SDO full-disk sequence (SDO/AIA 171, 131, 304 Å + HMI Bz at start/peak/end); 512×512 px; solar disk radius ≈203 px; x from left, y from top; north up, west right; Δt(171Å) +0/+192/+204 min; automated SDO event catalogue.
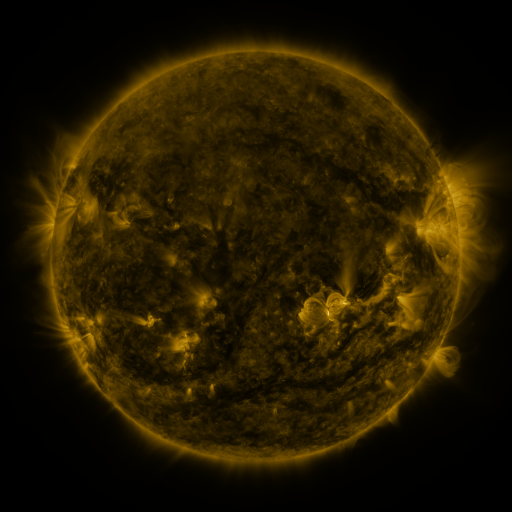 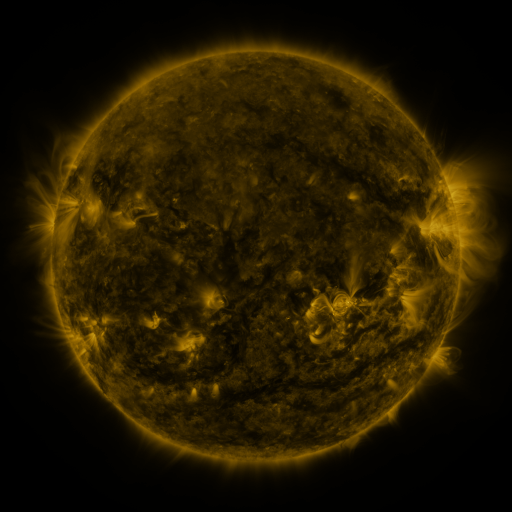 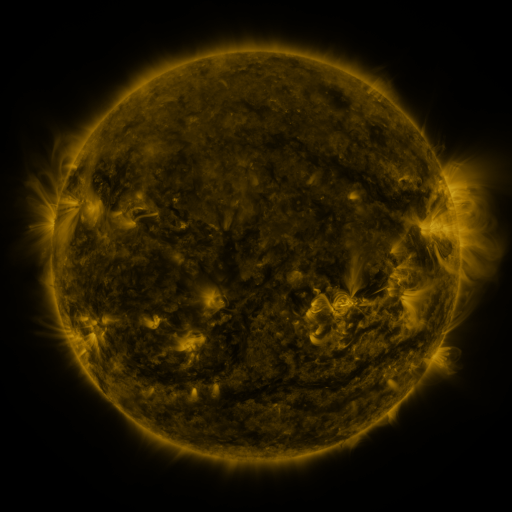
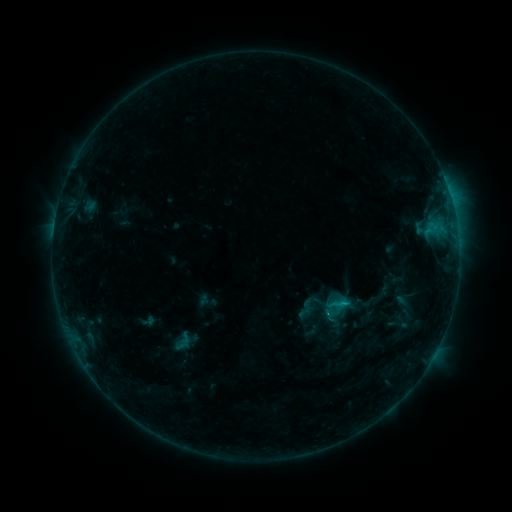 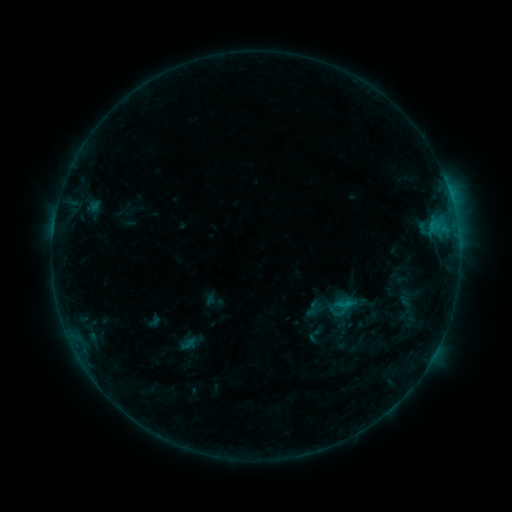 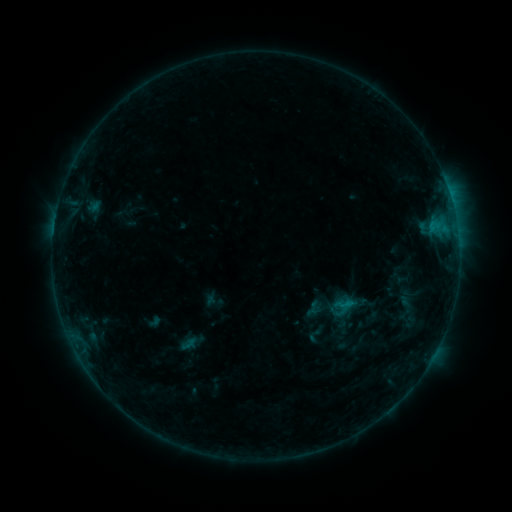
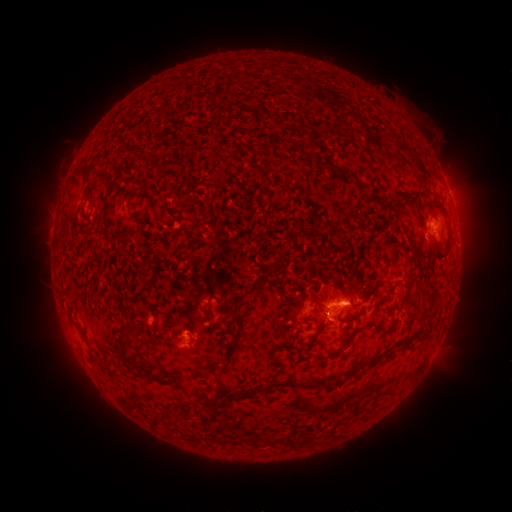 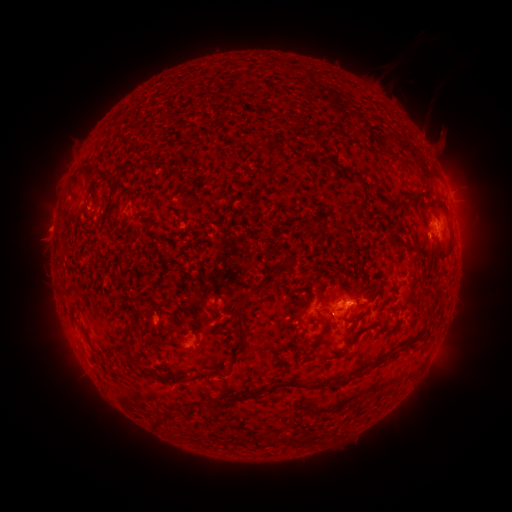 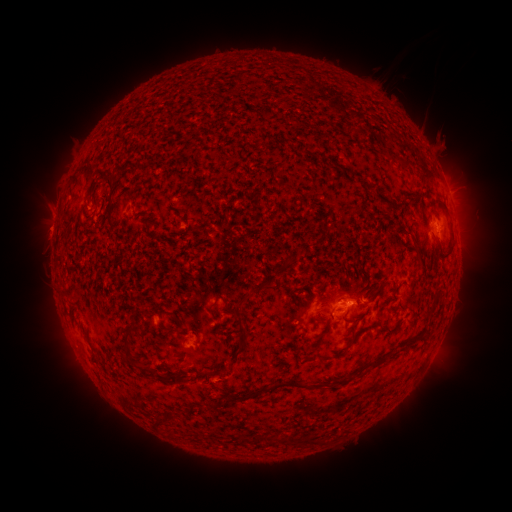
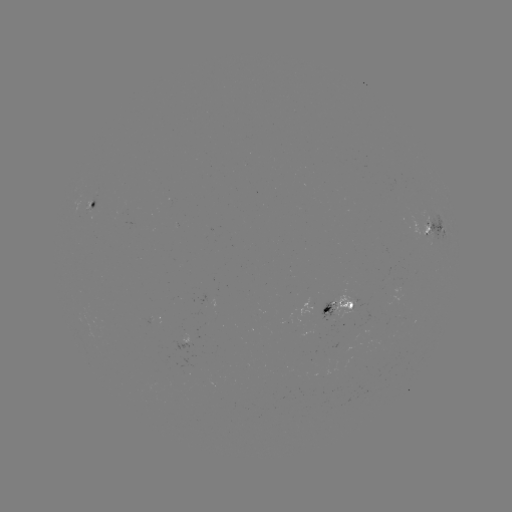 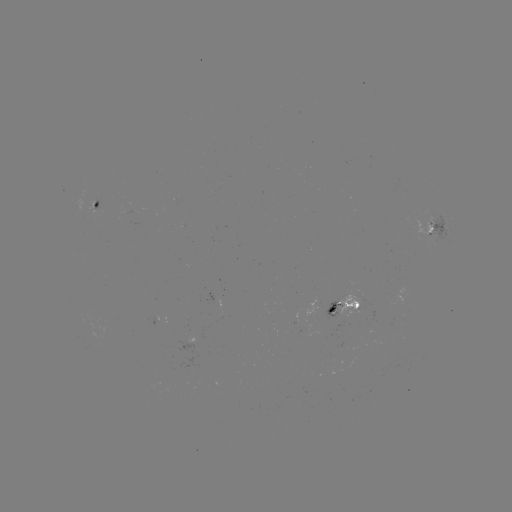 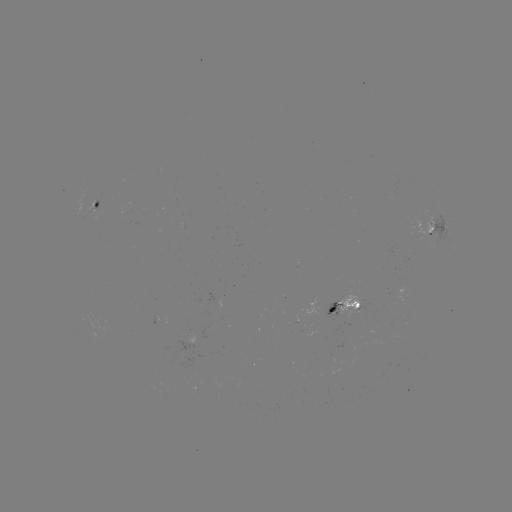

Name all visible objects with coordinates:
emerging-flux region: (347, 313)
